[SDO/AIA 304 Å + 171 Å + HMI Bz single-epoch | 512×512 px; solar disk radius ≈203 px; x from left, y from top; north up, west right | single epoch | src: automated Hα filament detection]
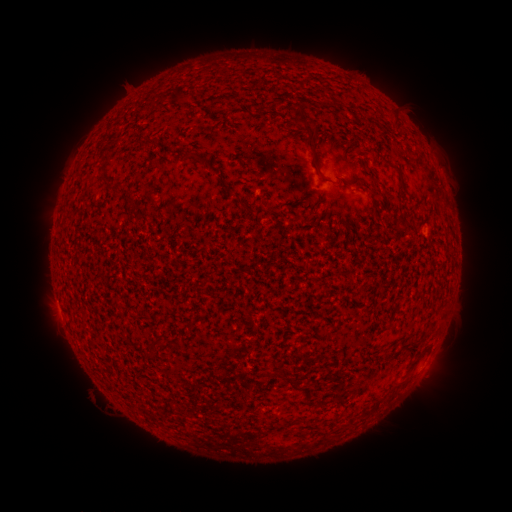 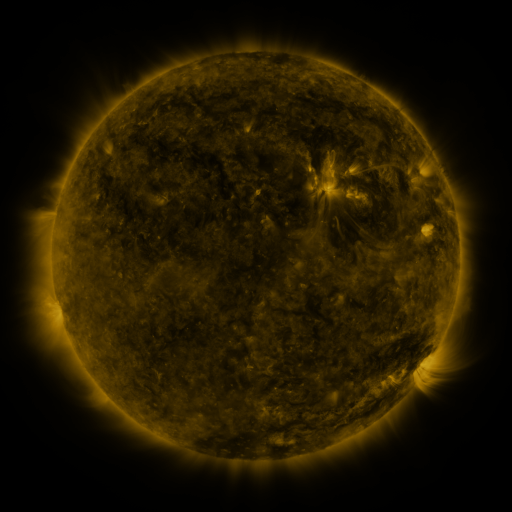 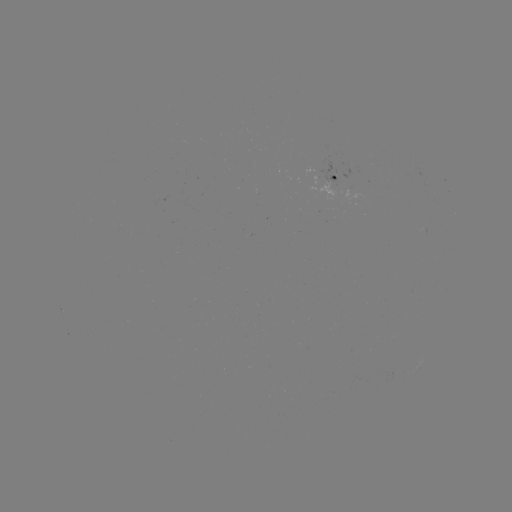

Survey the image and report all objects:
filament: (313, 149)
filament: (190, 154)
filament: (215, 170)
filament: (371, 175)
filament: (326, 182)
filament: (116, 188)
filament: (248, 207)
filament: (155, 341)
filament: (414, 365)
filament: (290, 383)
